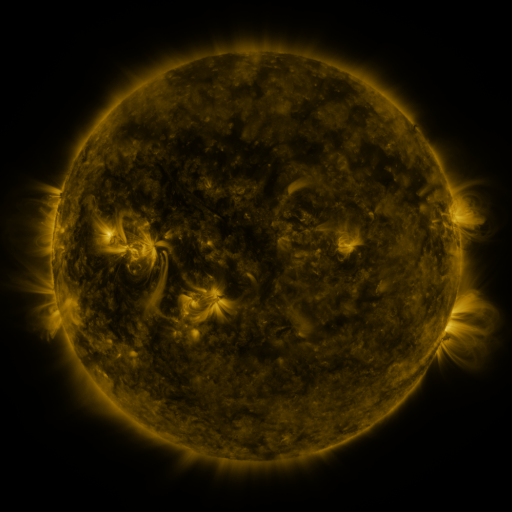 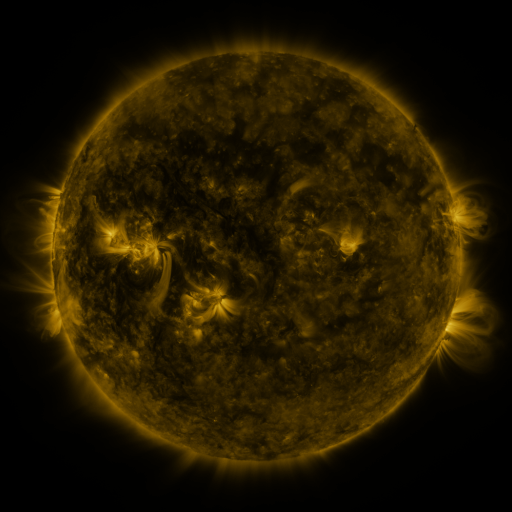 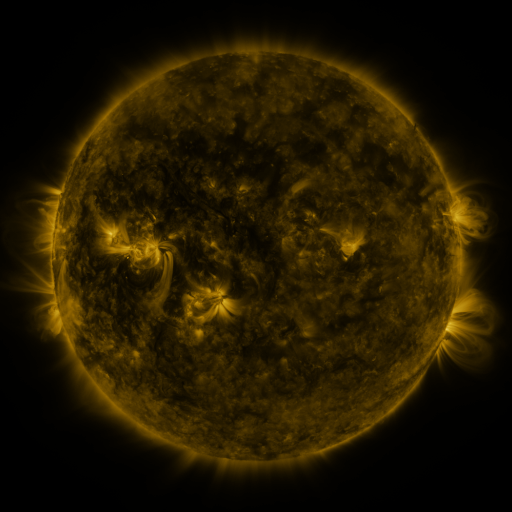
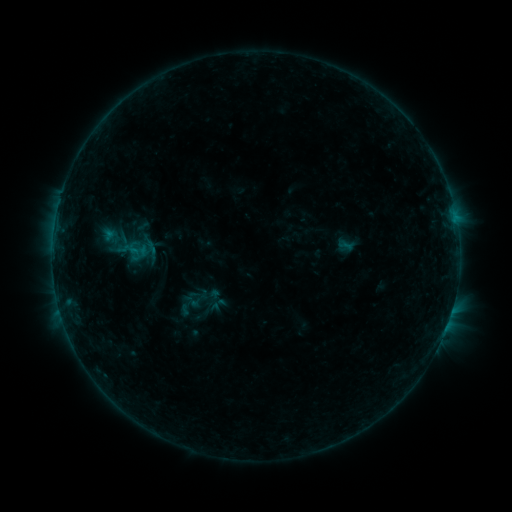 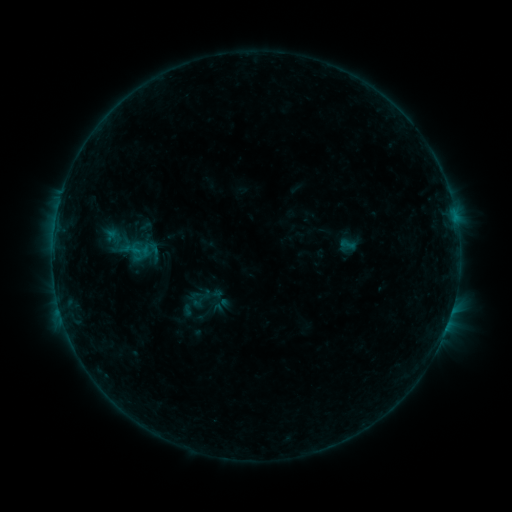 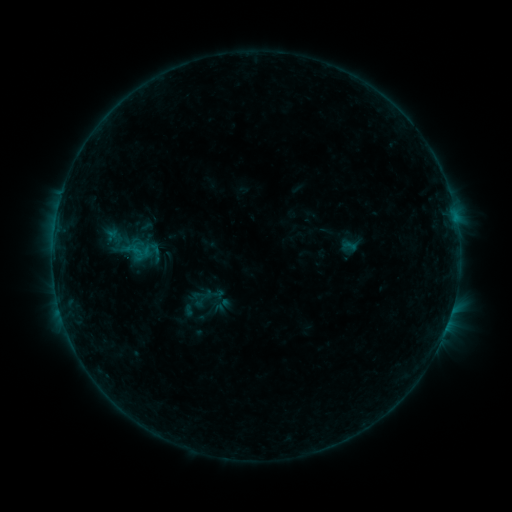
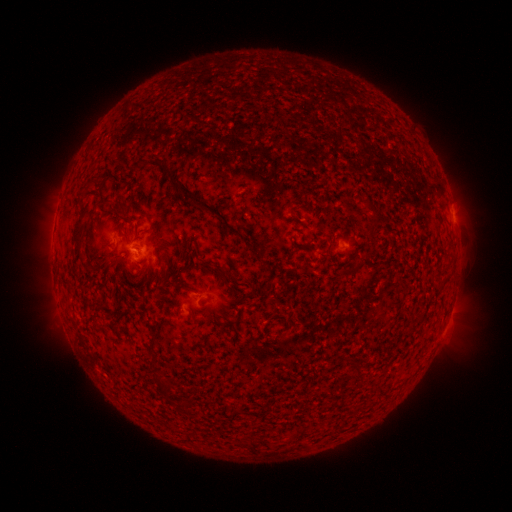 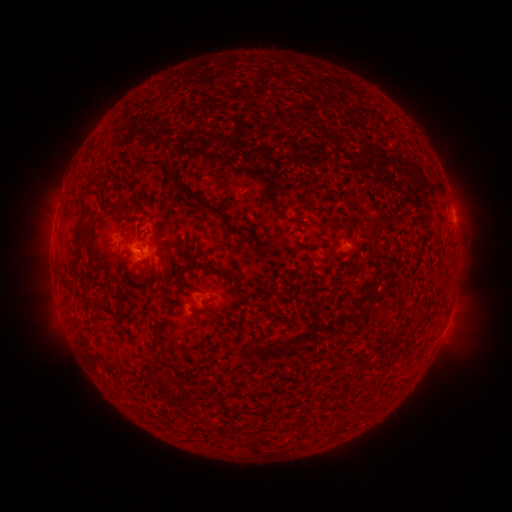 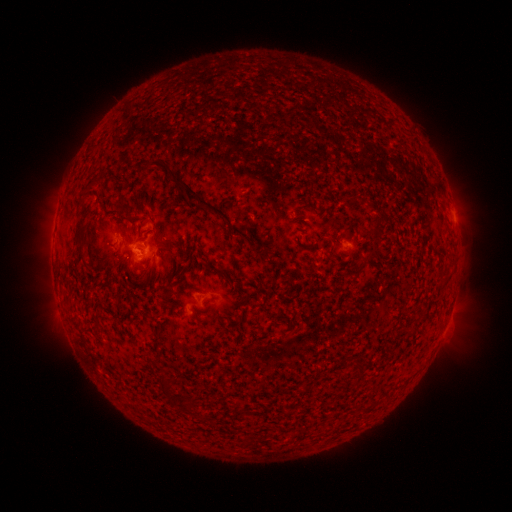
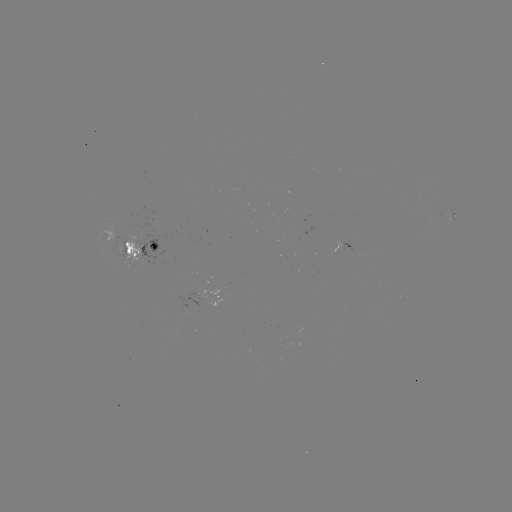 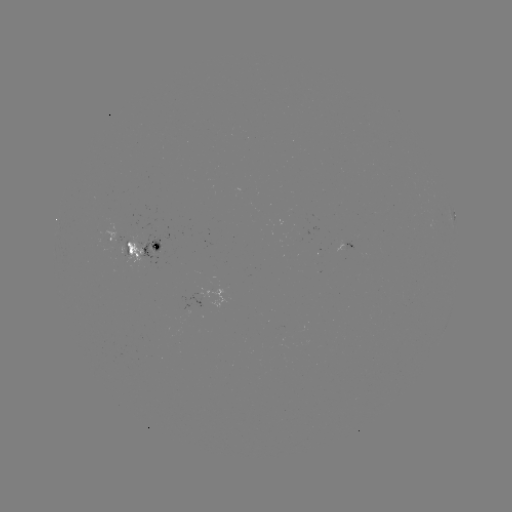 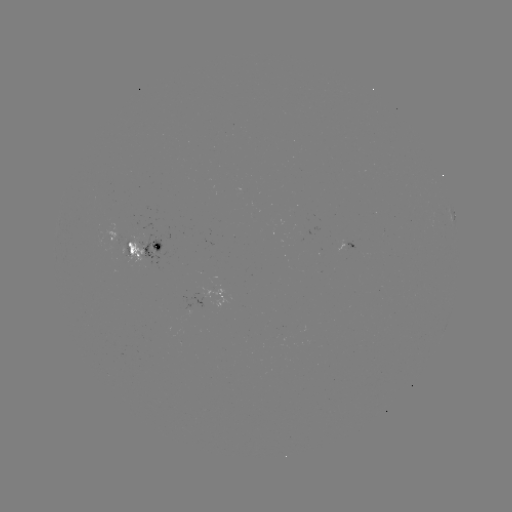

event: emerging-flux region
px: (128, 244)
